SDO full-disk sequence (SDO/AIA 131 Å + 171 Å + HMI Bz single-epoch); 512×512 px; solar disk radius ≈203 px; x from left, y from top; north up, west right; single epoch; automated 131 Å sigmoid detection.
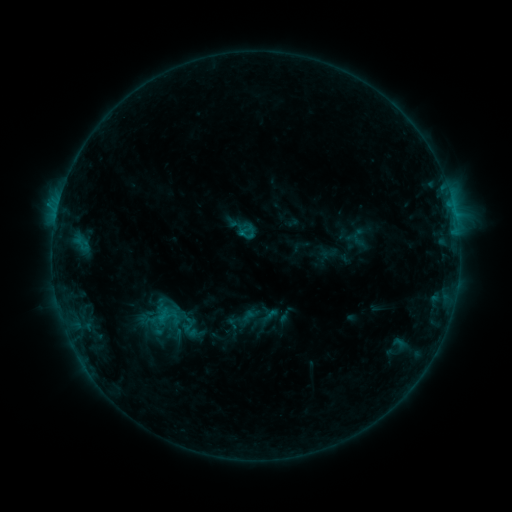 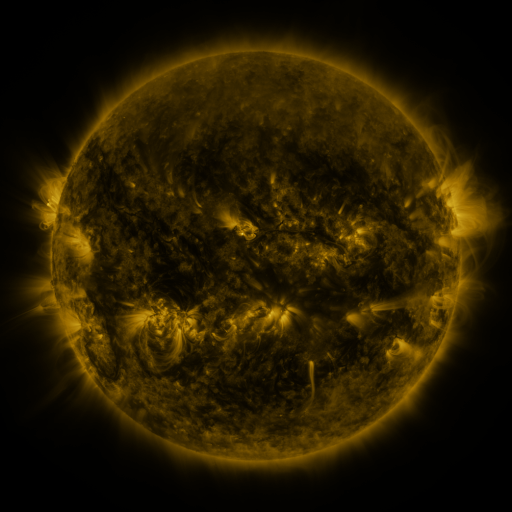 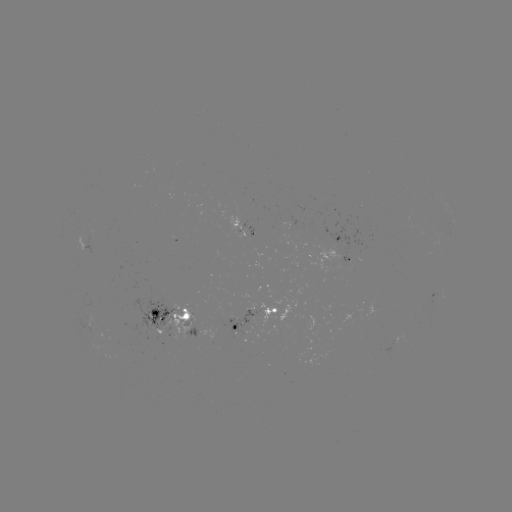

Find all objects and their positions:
sigmoid: (247, 234)
